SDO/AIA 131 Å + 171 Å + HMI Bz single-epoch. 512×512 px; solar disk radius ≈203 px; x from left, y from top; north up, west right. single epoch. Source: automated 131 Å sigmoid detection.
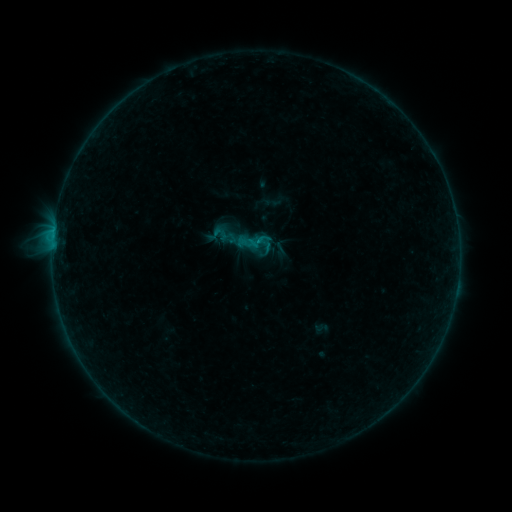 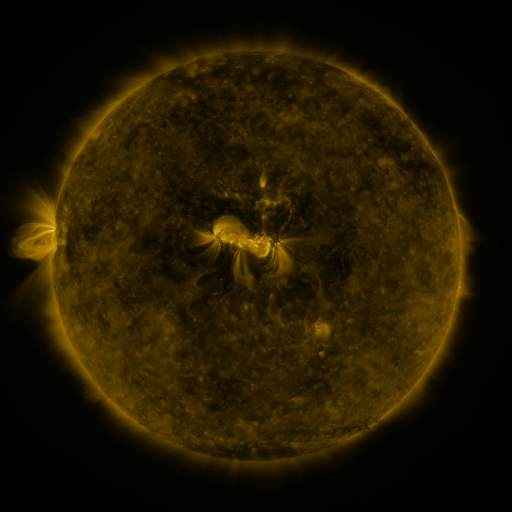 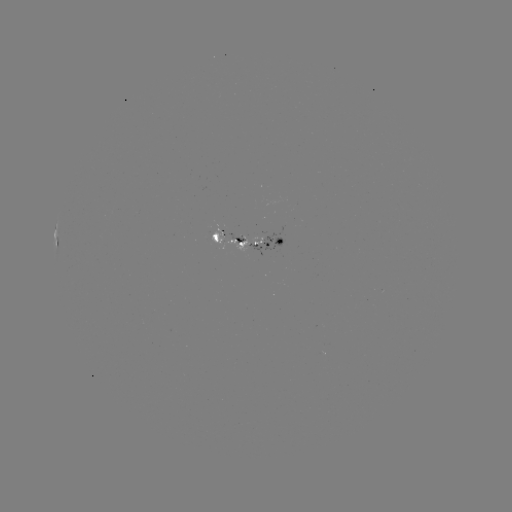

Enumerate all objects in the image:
sigmoid: (255, 240)
